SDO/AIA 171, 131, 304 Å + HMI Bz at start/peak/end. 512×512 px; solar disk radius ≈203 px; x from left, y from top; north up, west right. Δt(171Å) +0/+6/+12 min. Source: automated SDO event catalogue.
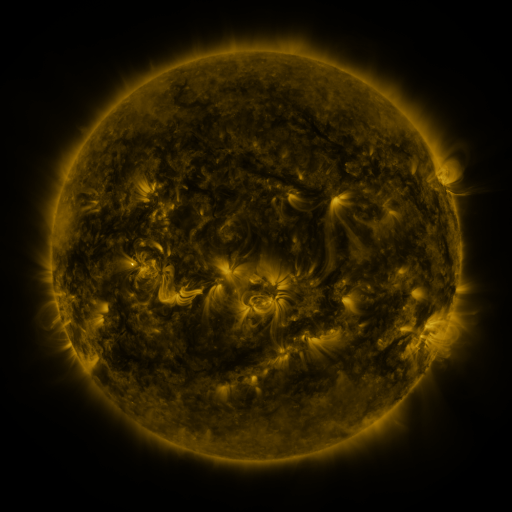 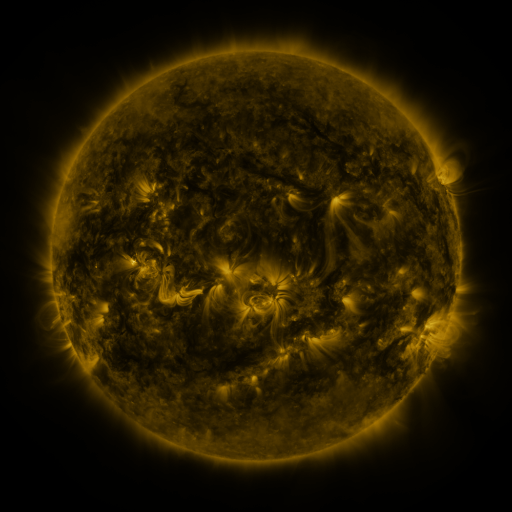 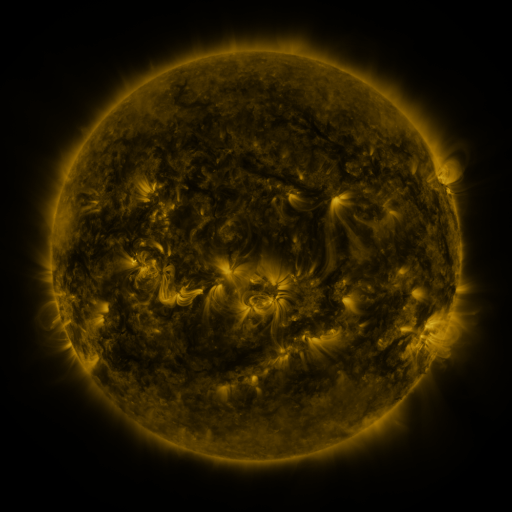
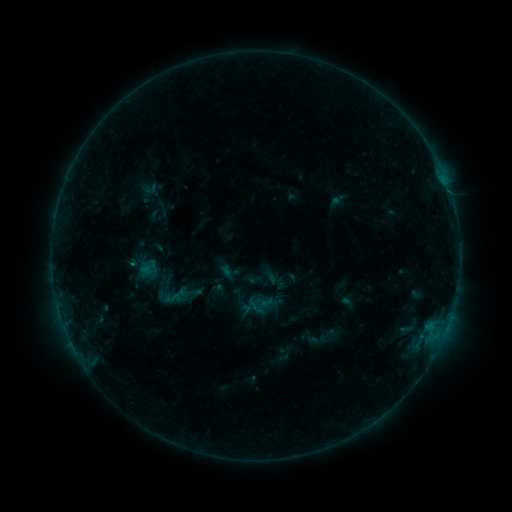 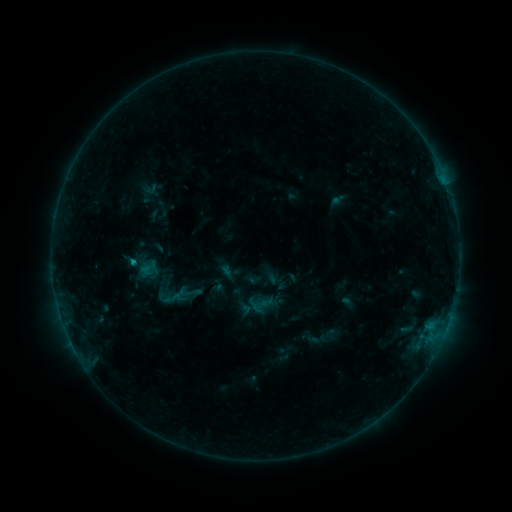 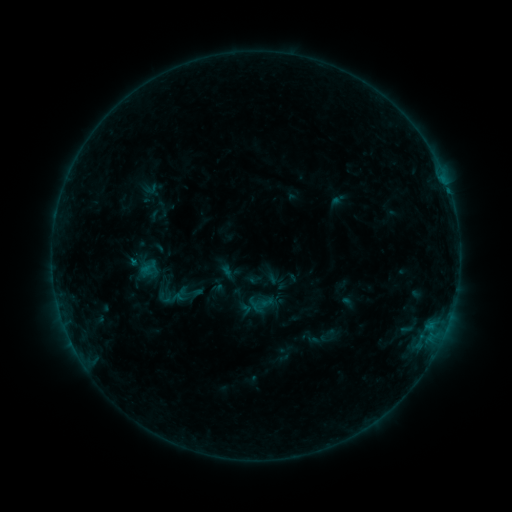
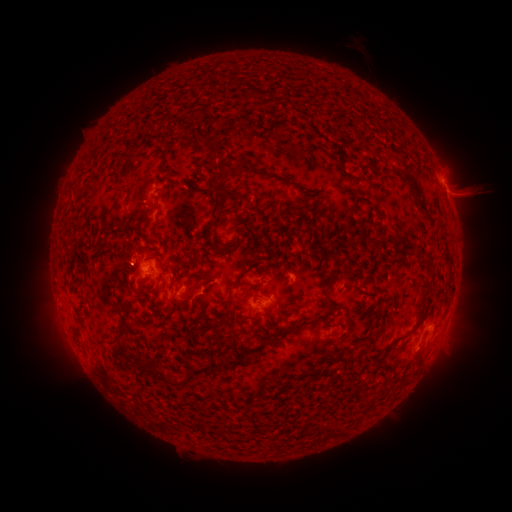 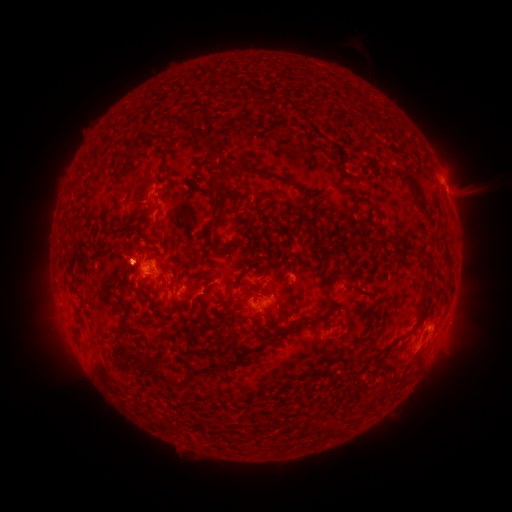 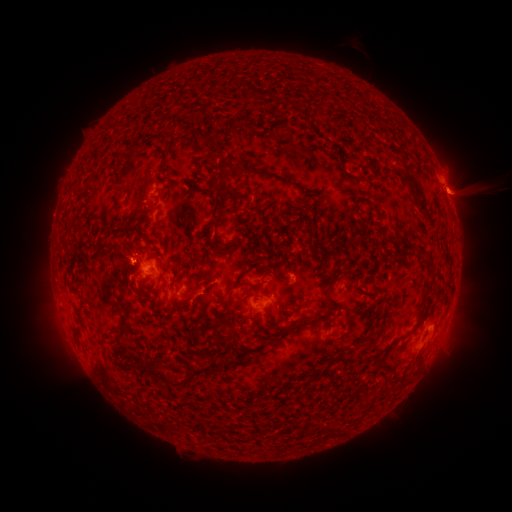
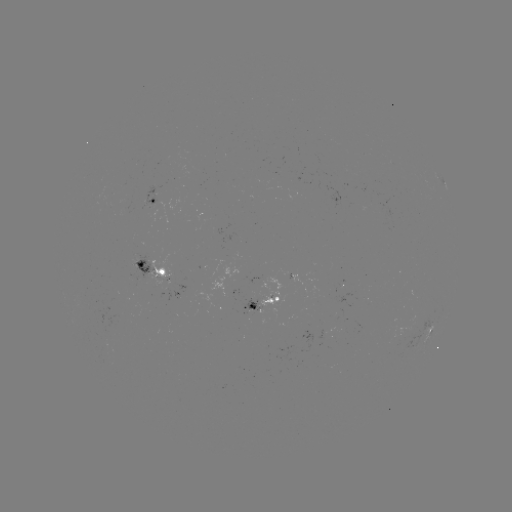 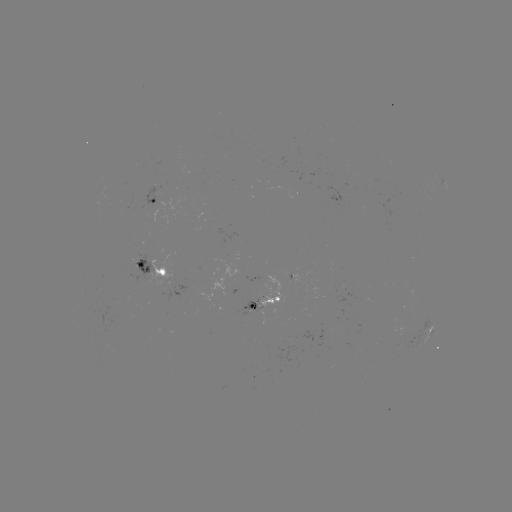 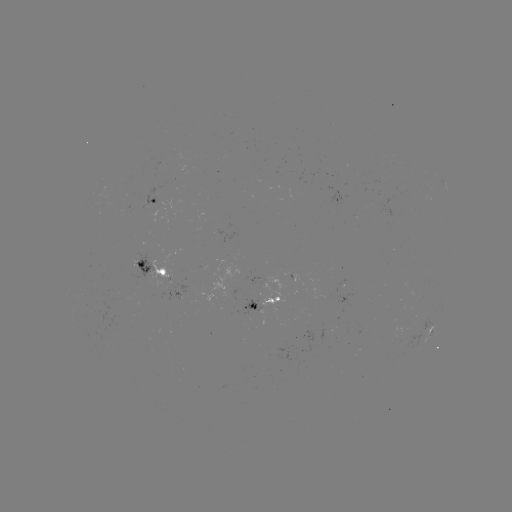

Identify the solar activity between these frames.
eruption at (124, 258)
